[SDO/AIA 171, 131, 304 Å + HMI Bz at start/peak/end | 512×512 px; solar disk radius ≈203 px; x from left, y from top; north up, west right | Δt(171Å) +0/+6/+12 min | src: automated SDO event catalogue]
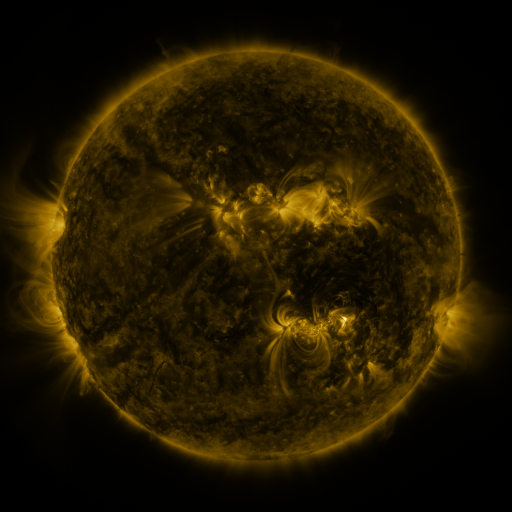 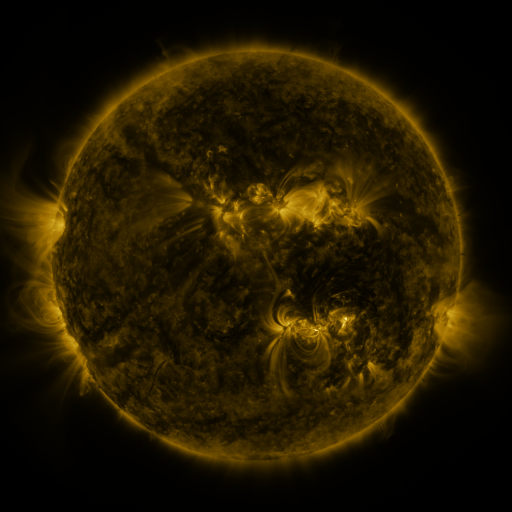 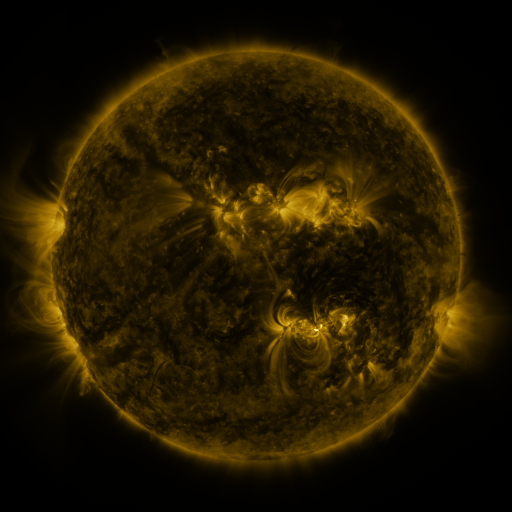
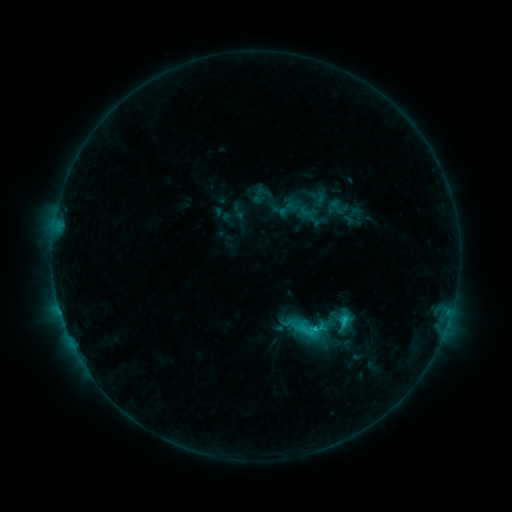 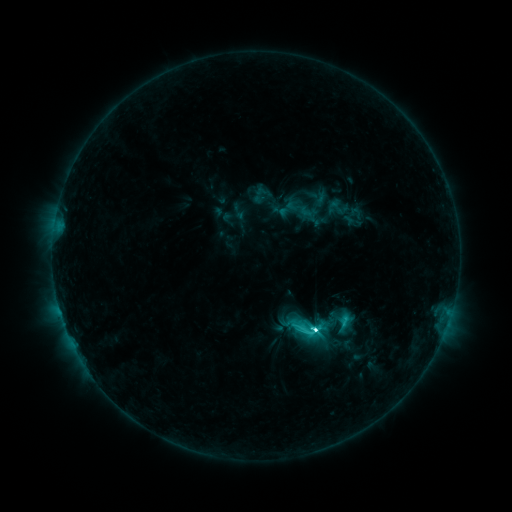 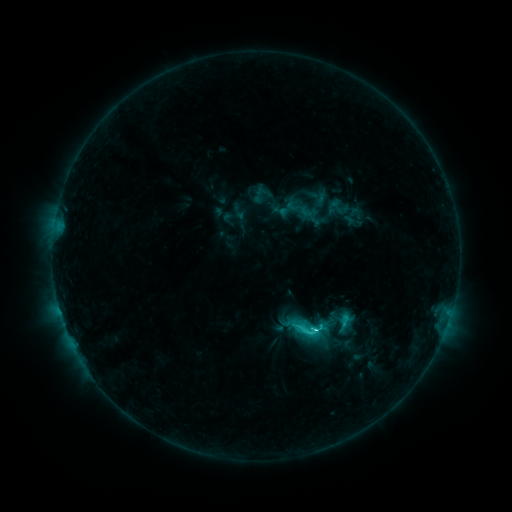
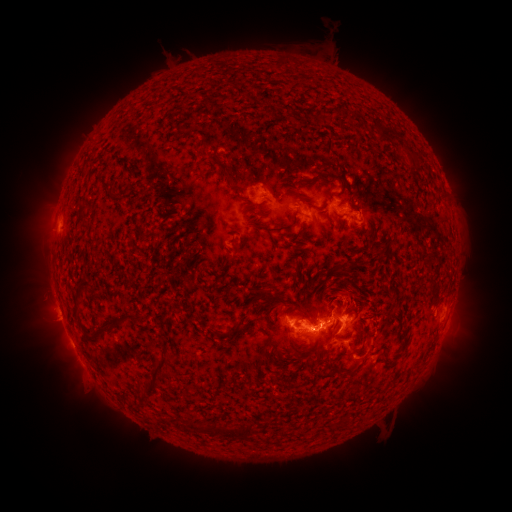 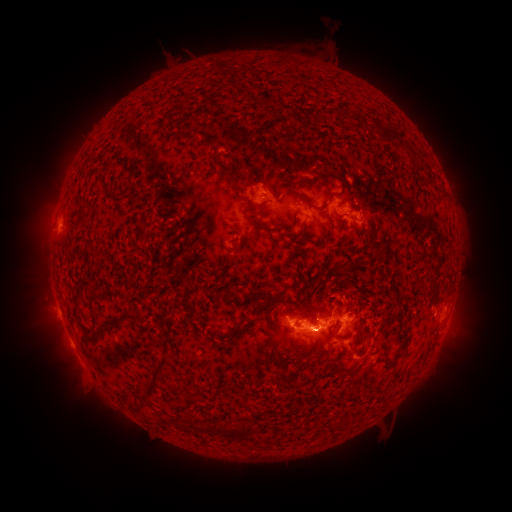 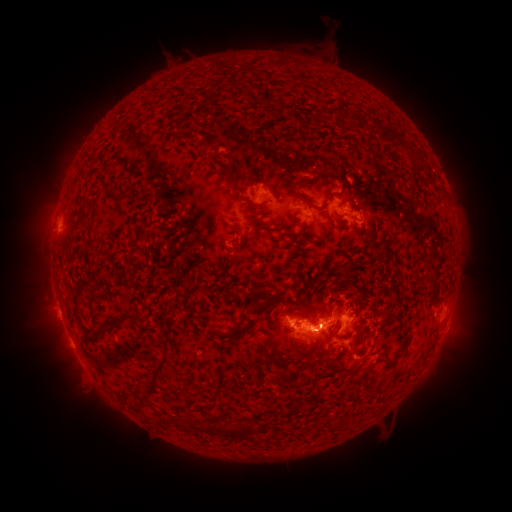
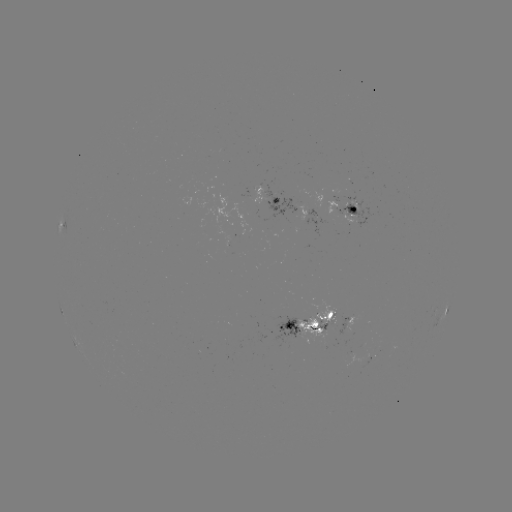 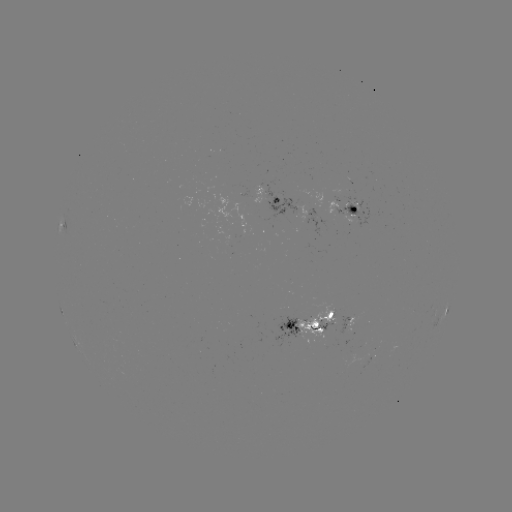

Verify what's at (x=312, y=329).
C6.7 flare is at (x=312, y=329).